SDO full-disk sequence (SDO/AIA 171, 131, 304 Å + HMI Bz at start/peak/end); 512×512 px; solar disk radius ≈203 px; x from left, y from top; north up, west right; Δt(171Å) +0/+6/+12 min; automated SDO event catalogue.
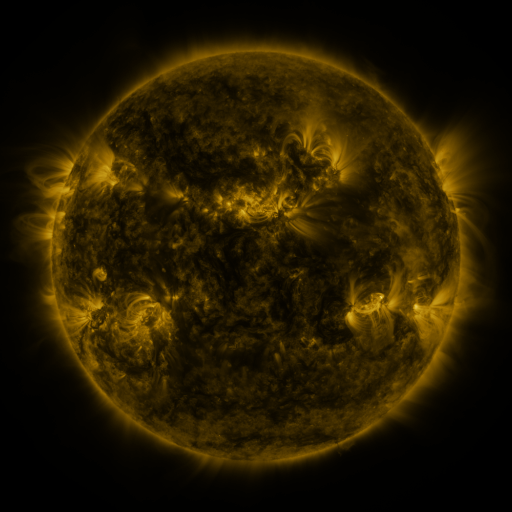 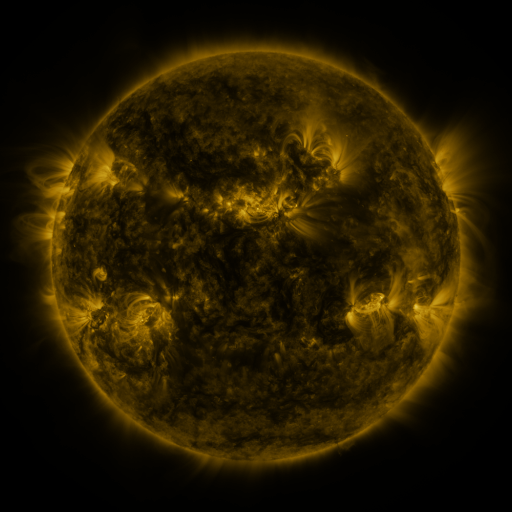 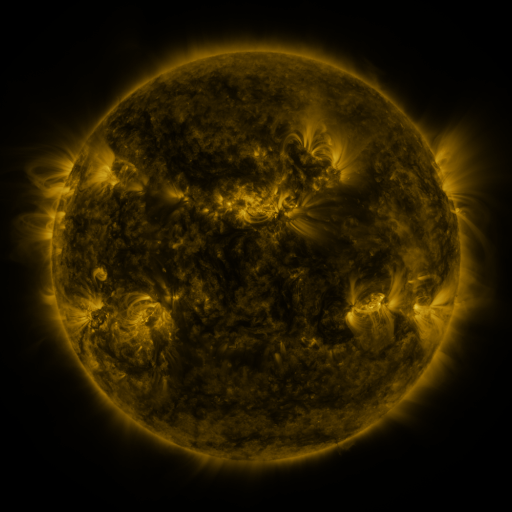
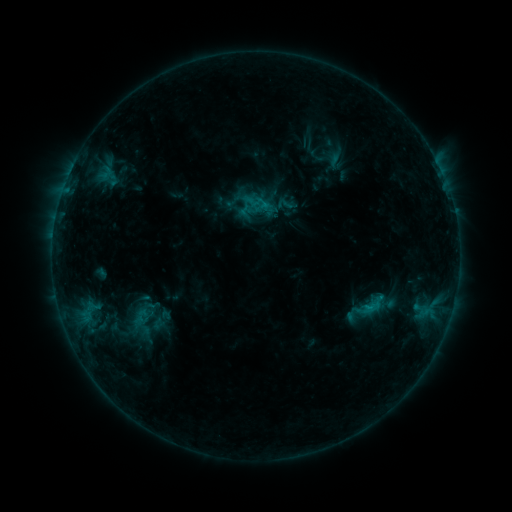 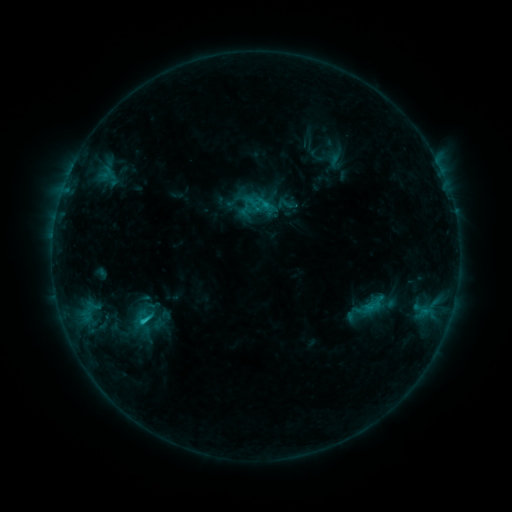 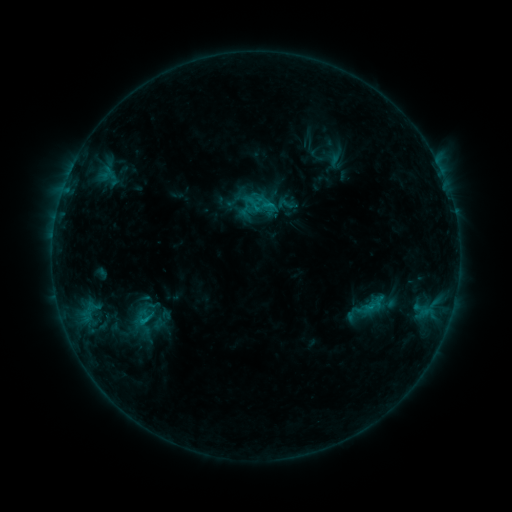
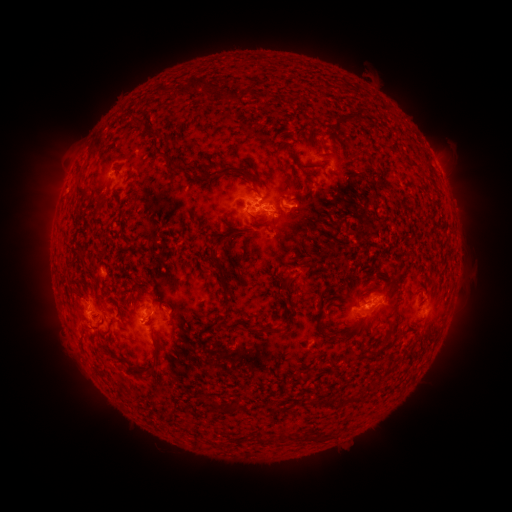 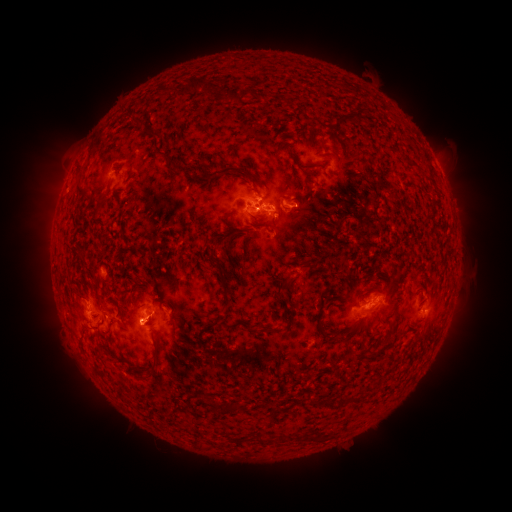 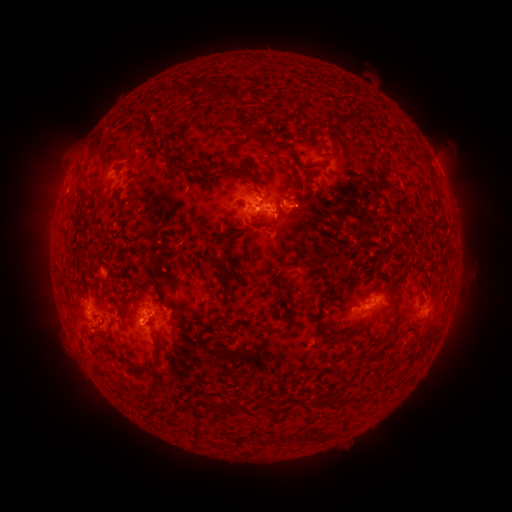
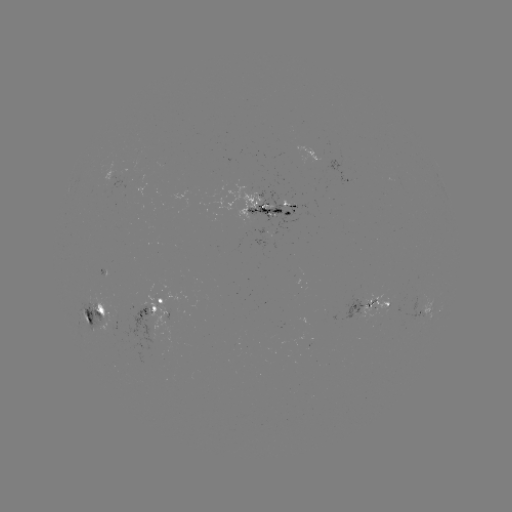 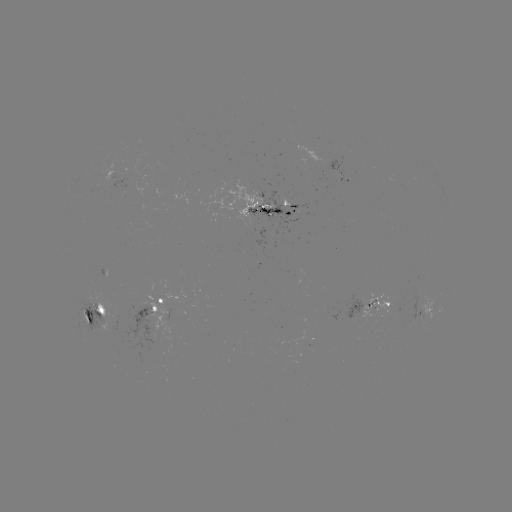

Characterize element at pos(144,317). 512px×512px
C1.4 flare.